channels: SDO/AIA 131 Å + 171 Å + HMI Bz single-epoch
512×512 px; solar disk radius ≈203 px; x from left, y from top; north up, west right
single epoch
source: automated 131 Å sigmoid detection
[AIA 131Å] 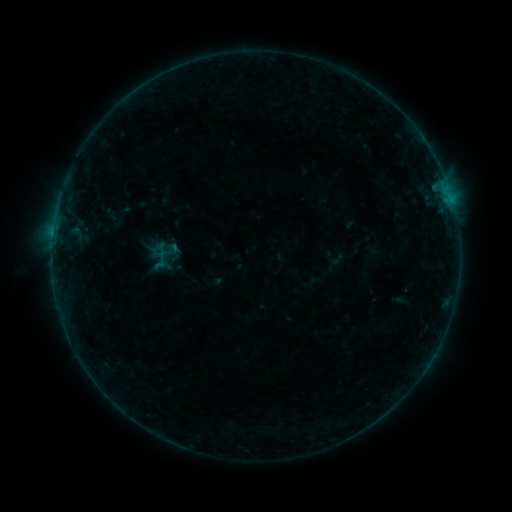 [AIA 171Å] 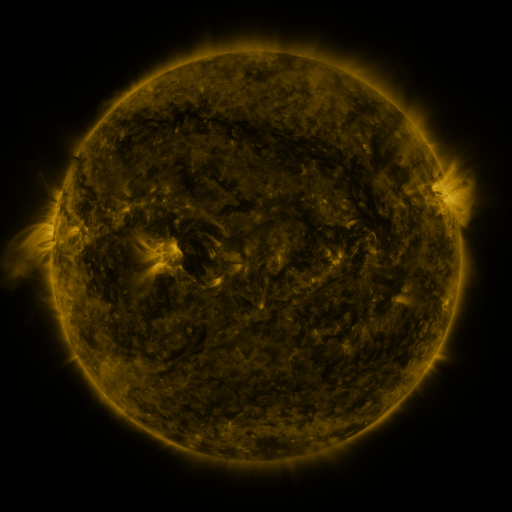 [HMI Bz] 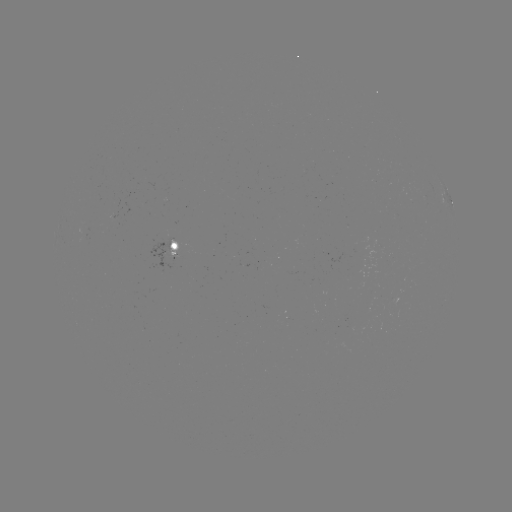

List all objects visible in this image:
sigmoid: <bbox>152, 250, 171, 268</bbox>
